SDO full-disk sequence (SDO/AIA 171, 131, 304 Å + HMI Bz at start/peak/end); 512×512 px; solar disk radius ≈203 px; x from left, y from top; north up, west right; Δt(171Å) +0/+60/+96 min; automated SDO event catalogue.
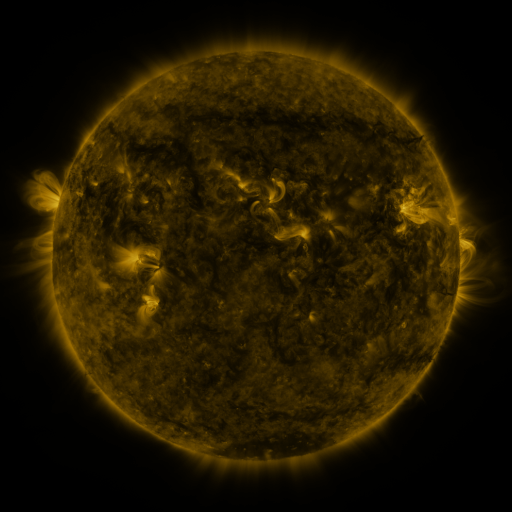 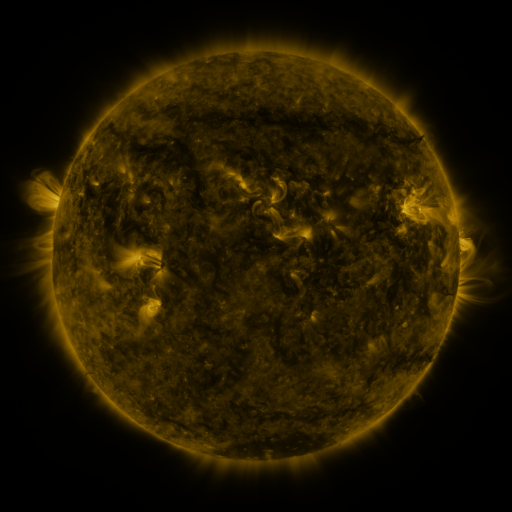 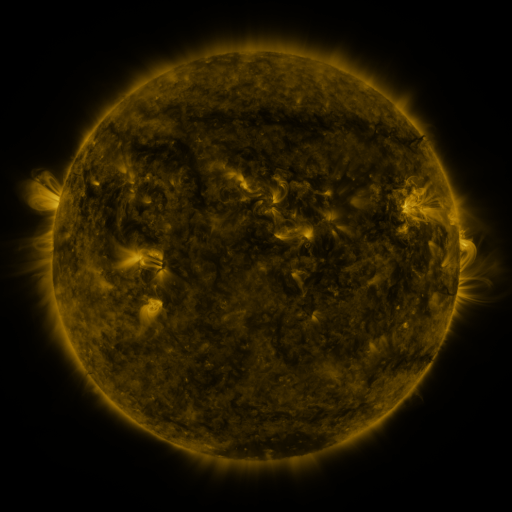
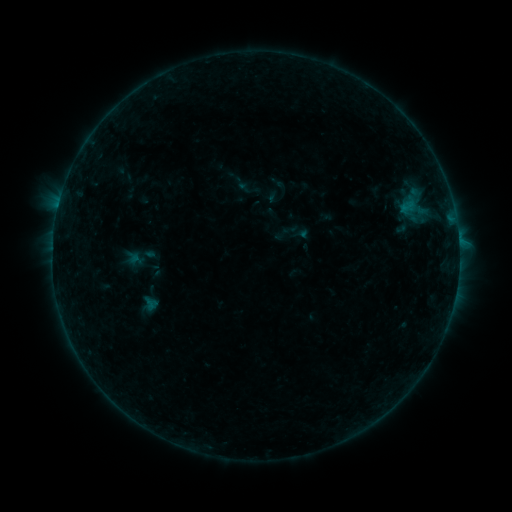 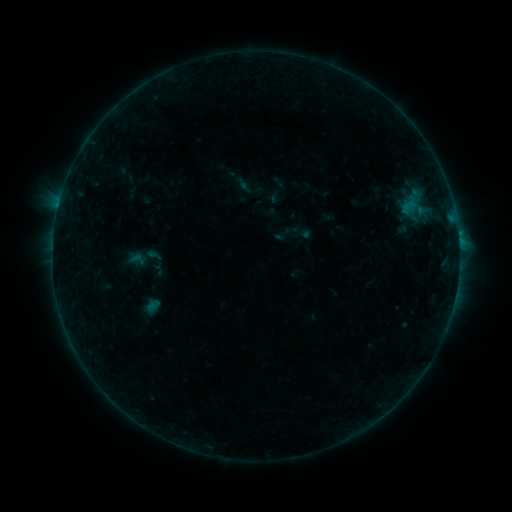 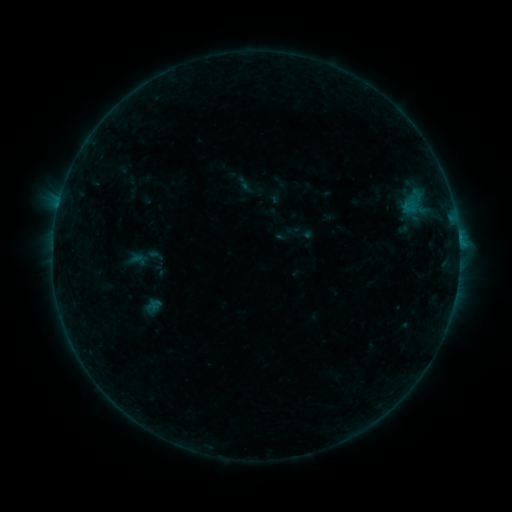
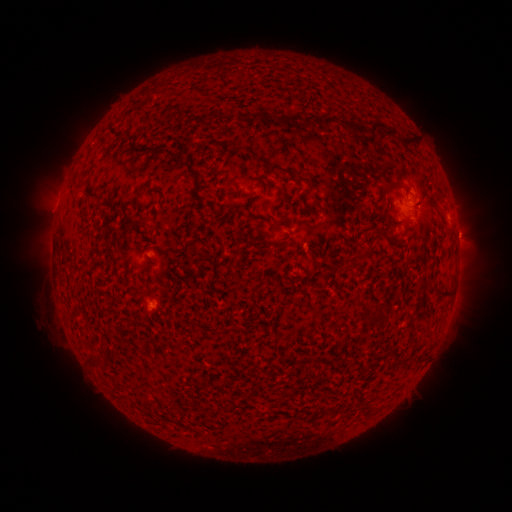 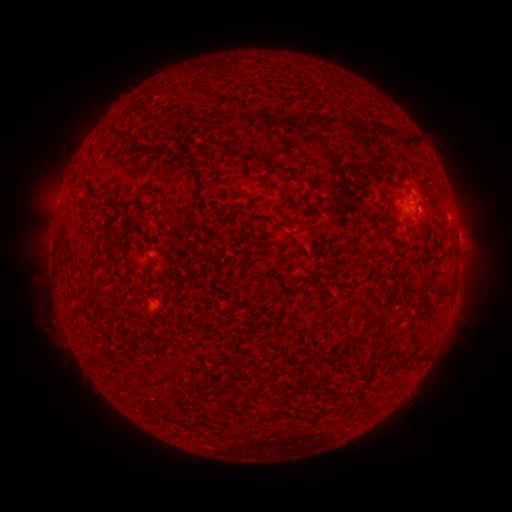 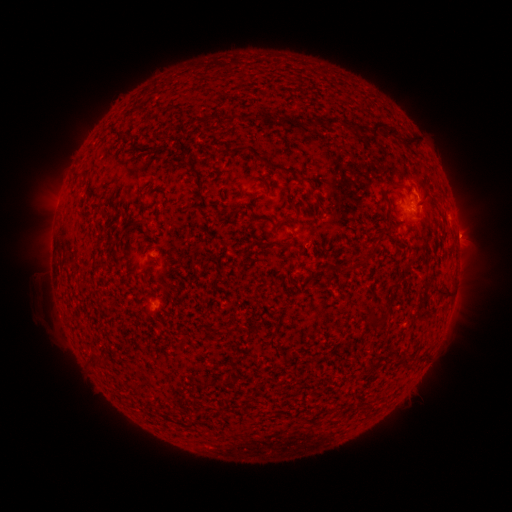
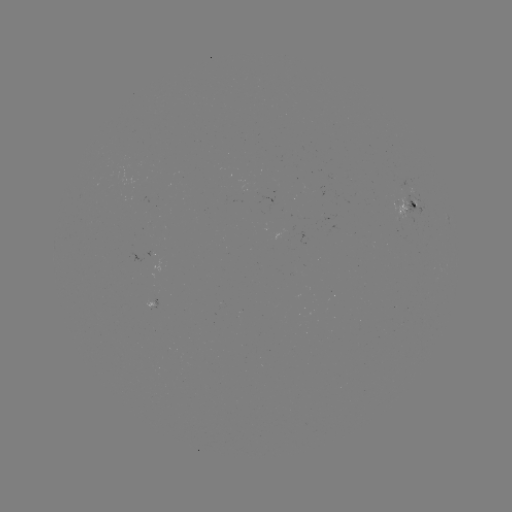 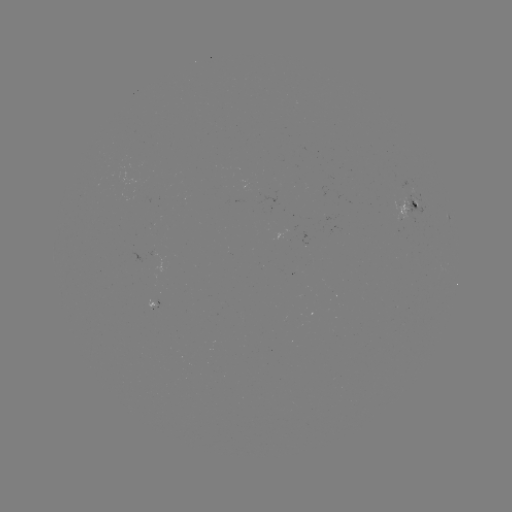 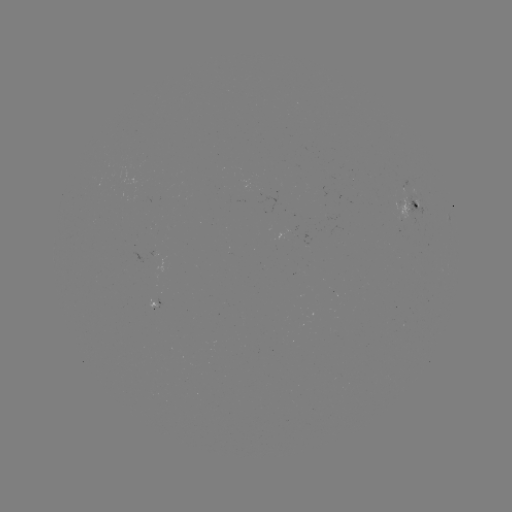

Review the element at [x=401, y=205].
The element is emerging-flux region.